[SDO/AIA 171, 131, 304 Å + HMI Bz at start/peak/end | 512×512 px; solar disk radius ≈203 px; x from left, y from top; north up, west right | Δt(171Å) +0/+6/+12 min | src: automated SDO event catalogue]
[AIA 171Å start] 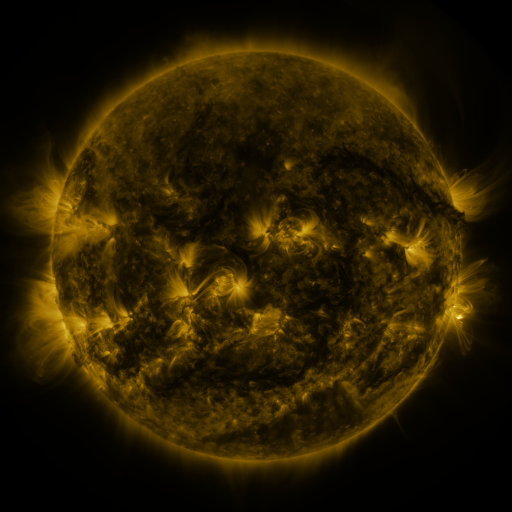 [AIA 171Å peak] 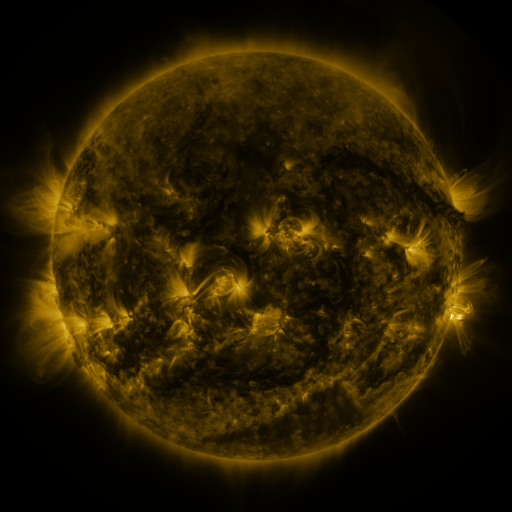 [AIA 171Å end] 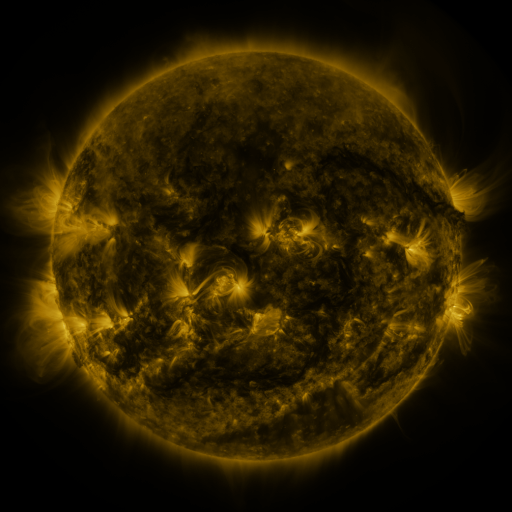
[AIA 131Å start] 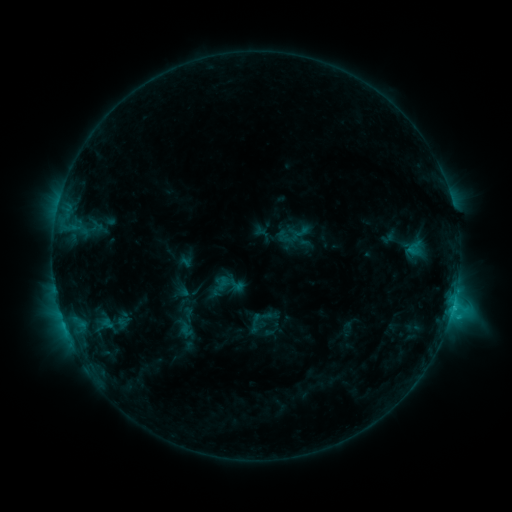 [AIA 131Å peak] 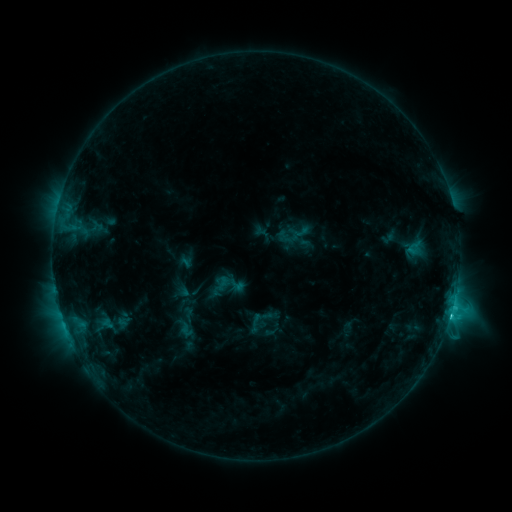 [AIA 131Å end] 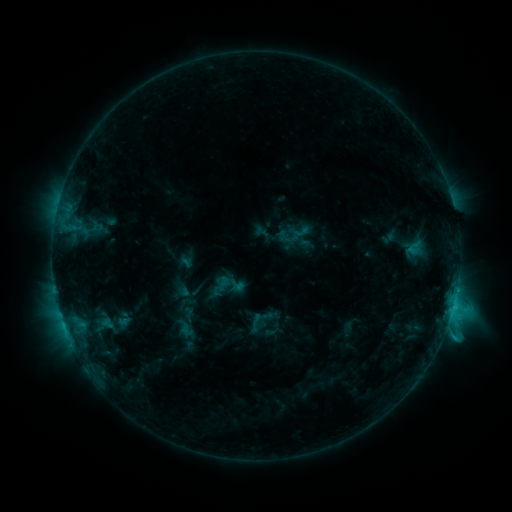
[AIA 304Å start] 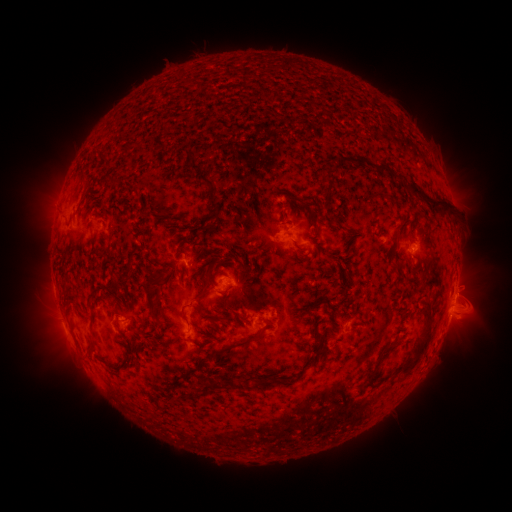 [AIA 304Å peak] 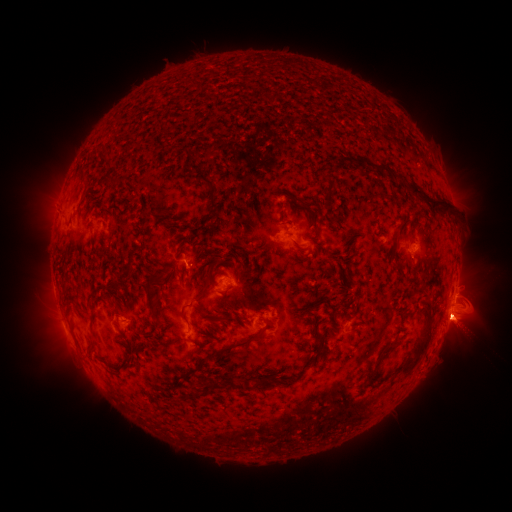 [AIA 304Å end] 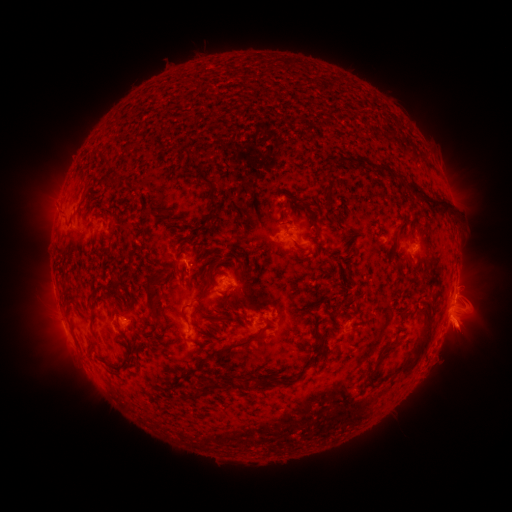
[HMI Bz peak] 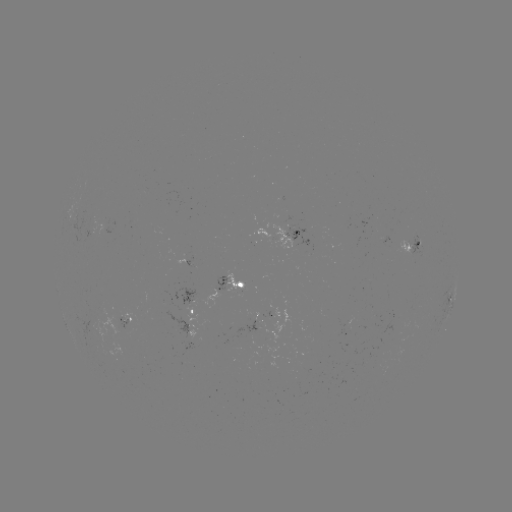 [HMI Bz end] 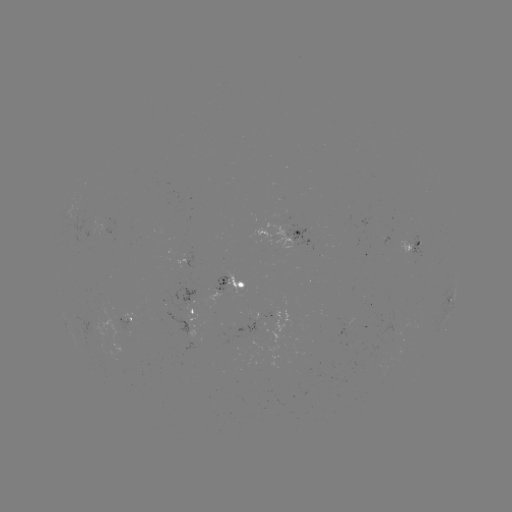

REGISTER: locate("C3.6 flare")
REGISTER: [62, 194]